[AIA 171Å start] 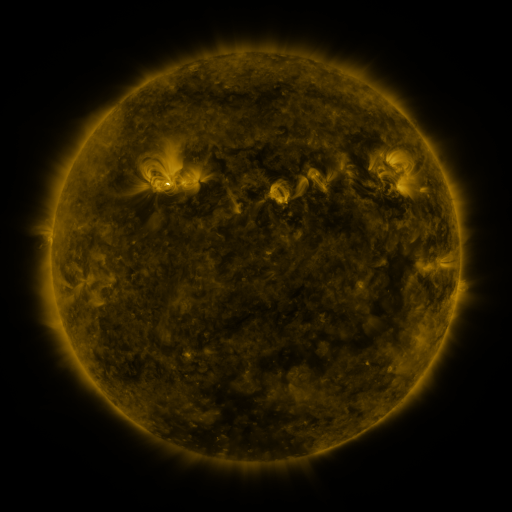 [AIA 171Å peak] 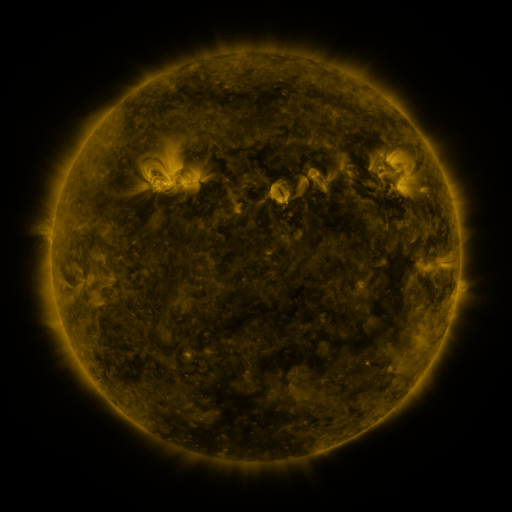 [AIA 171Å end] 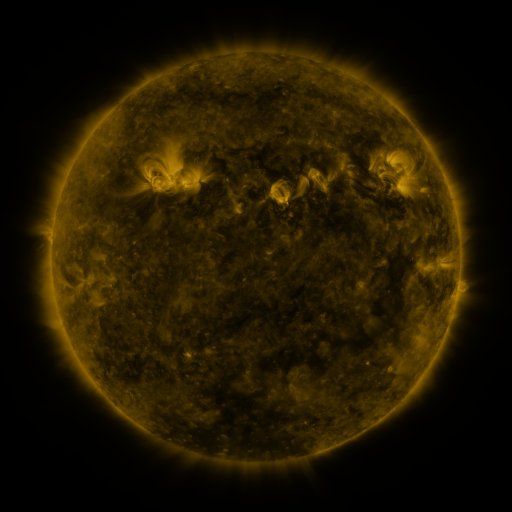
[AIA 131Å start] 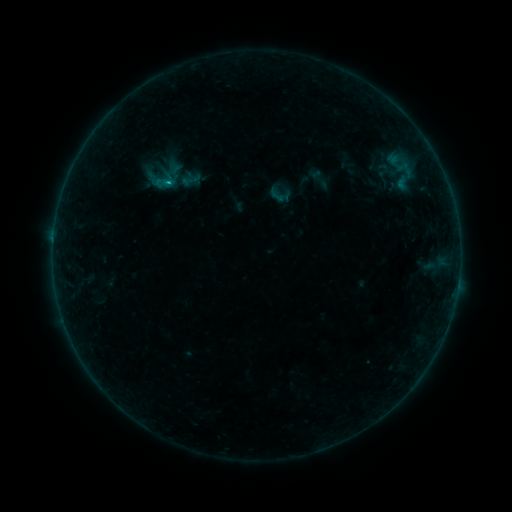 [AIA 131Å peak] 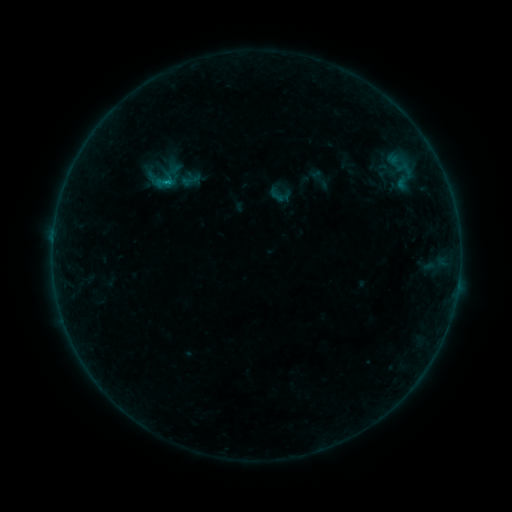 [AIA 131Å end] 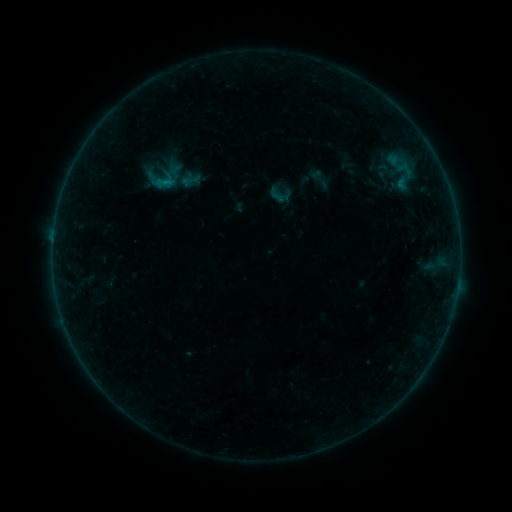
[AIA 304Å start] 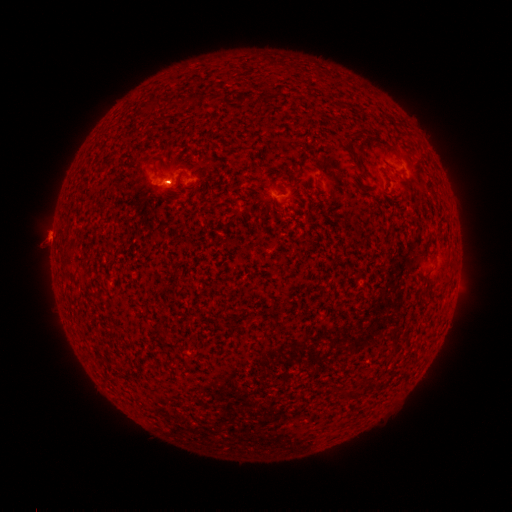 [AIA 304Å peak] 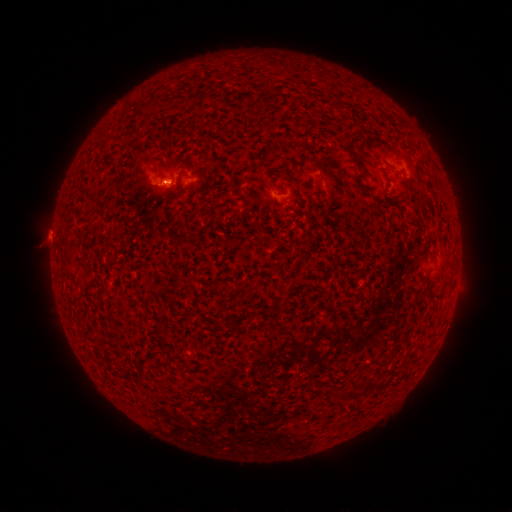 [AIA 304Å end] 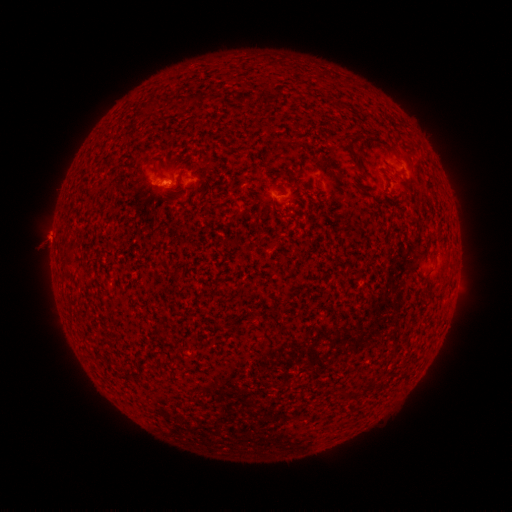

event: flare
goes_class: B2.6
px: (166, 184)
